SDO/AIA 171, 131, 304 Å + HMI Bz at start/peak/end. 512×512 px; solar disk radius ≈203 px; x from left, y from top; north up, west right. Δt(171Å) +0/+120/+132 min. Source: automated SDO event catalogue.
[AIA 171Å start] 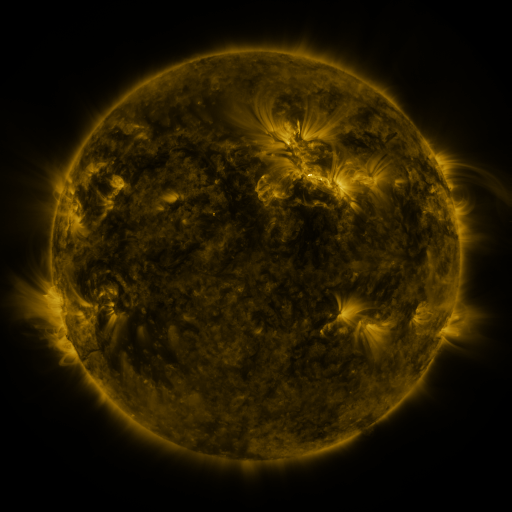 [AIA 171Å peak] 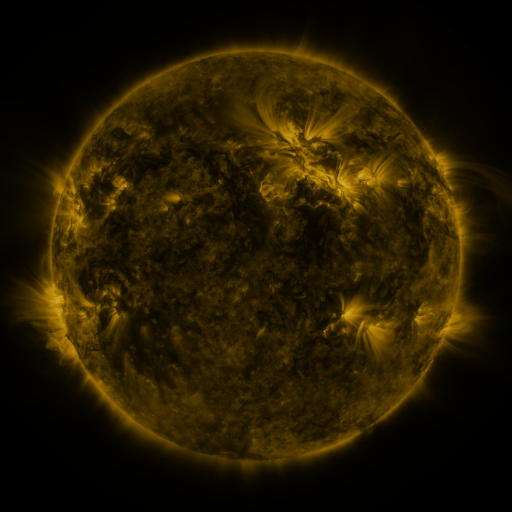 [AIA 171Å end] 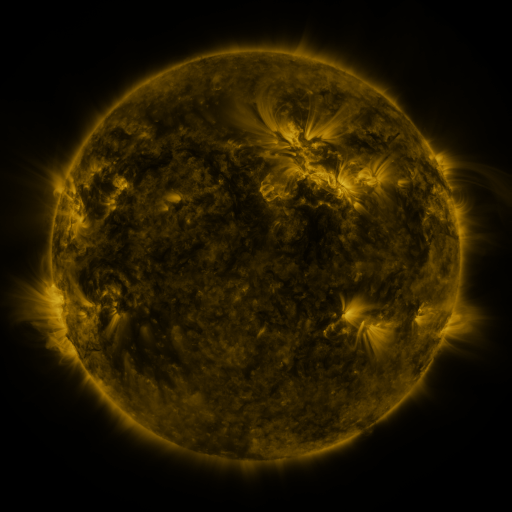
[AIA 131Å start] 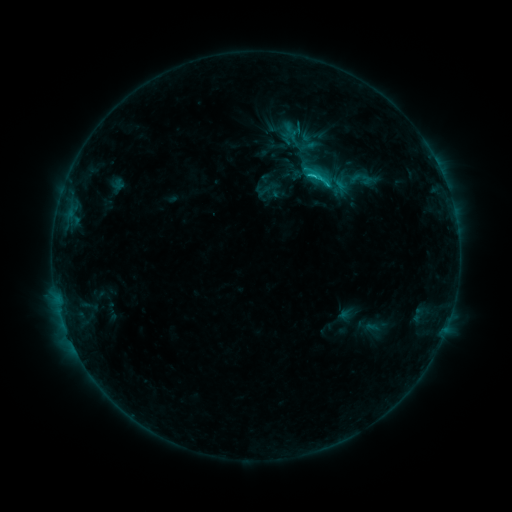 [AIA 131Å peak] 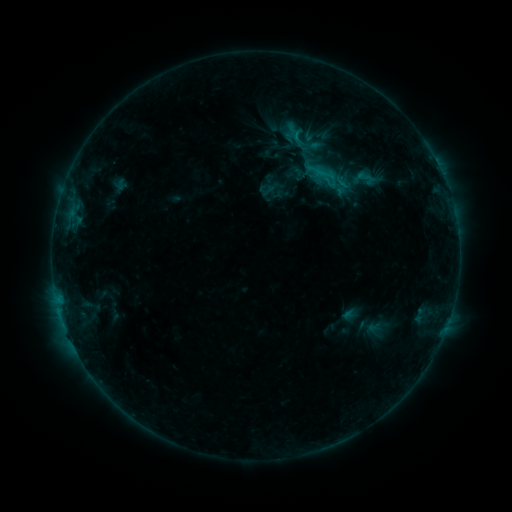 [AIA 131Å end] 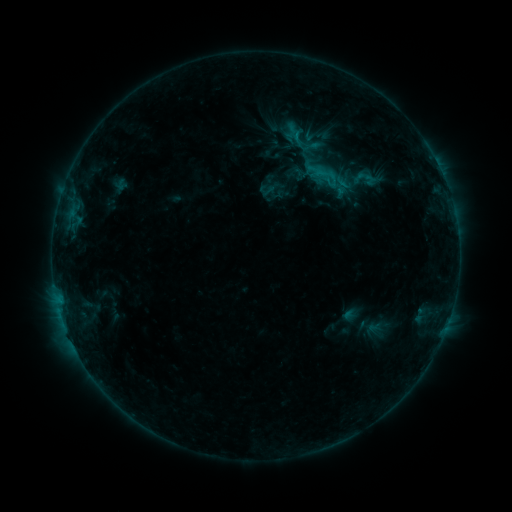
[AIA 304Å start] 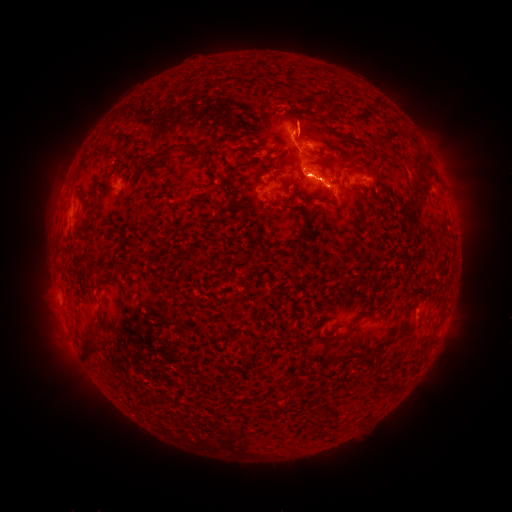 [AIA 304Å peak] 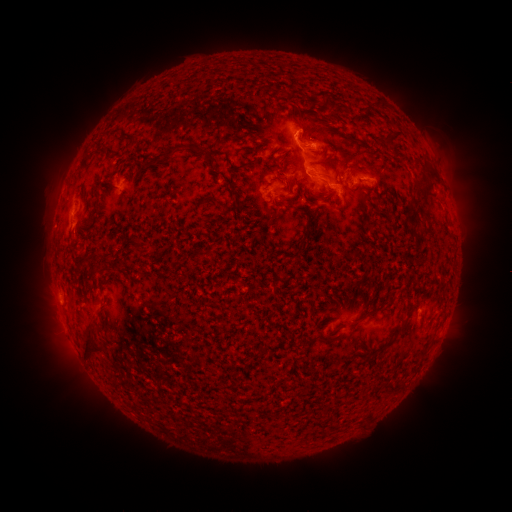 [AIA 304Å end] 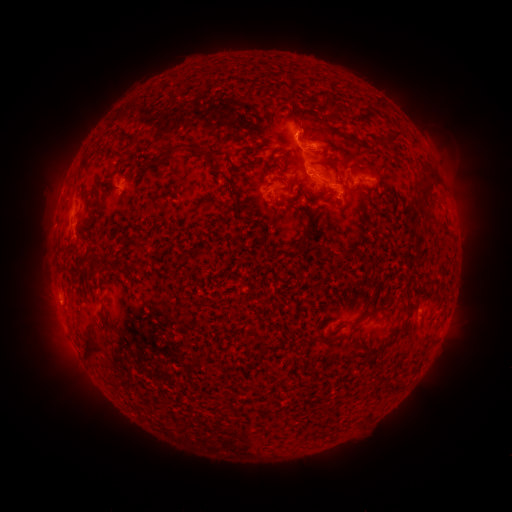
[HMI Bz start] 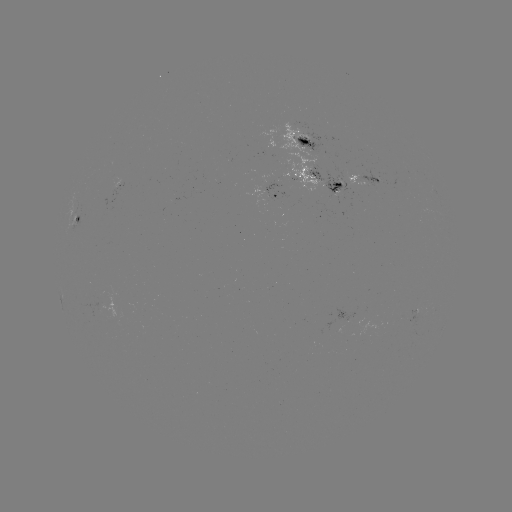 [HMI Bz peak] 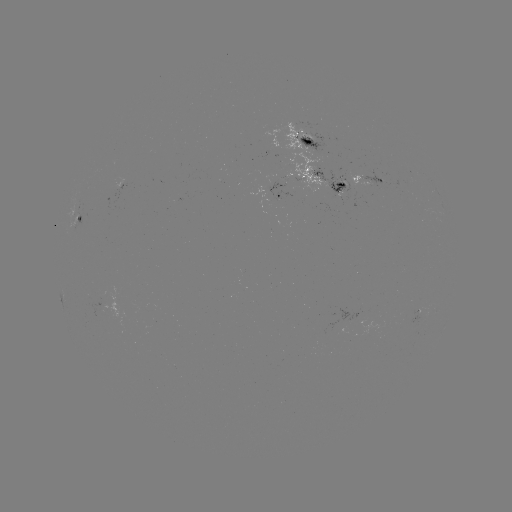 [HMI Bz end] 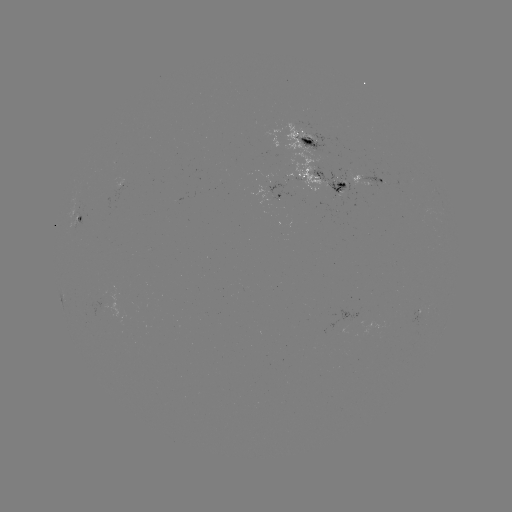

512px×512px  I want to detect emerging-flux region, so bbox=[356, 169, 388, 190].